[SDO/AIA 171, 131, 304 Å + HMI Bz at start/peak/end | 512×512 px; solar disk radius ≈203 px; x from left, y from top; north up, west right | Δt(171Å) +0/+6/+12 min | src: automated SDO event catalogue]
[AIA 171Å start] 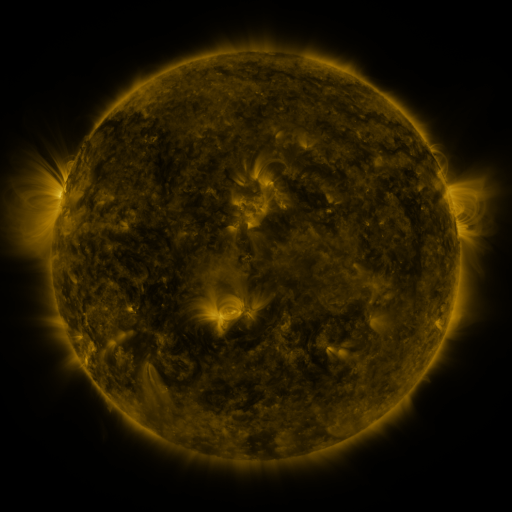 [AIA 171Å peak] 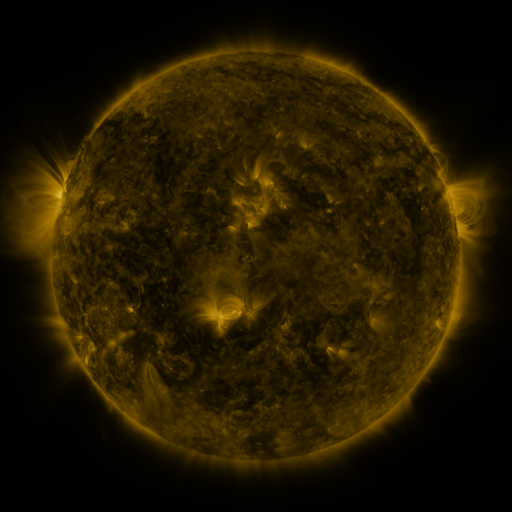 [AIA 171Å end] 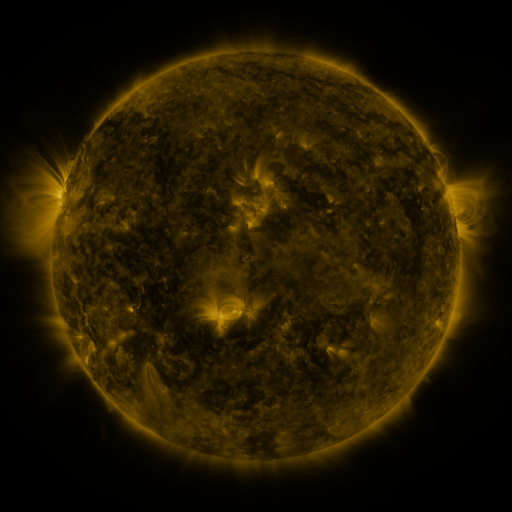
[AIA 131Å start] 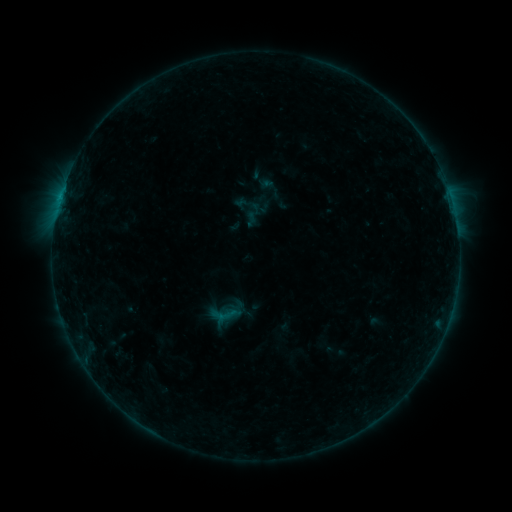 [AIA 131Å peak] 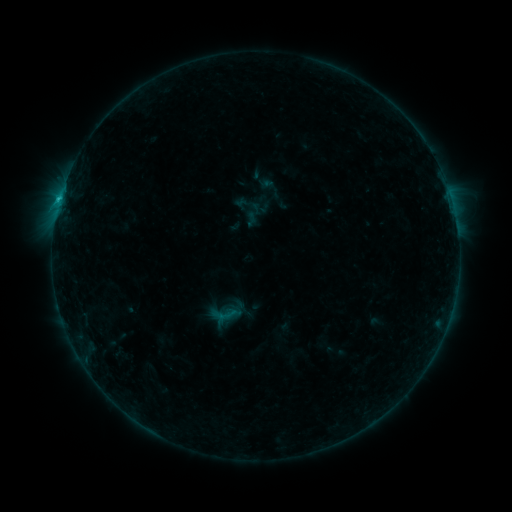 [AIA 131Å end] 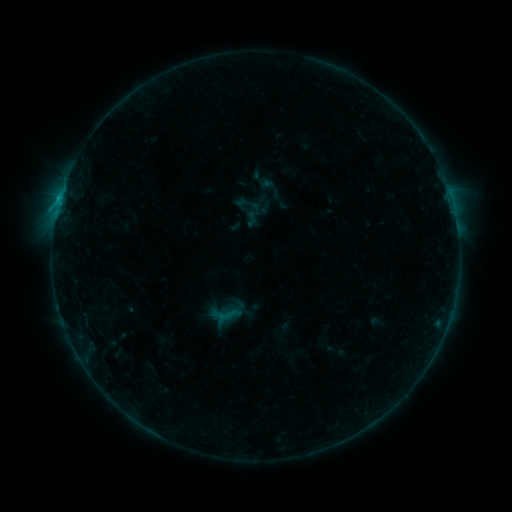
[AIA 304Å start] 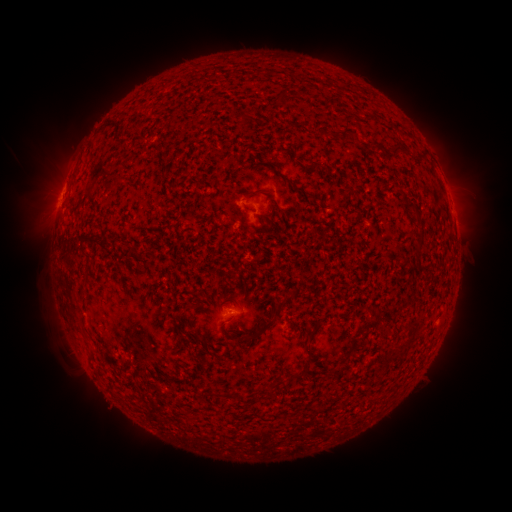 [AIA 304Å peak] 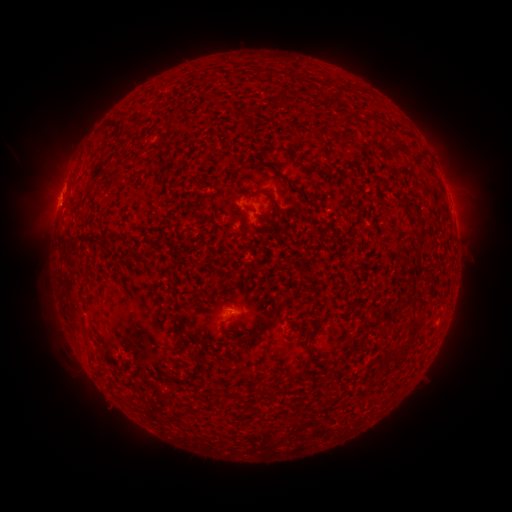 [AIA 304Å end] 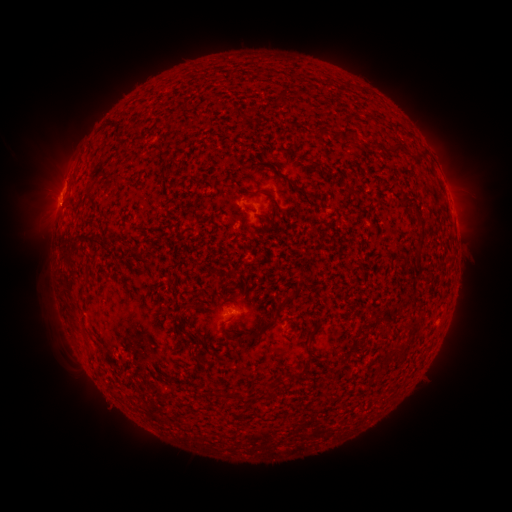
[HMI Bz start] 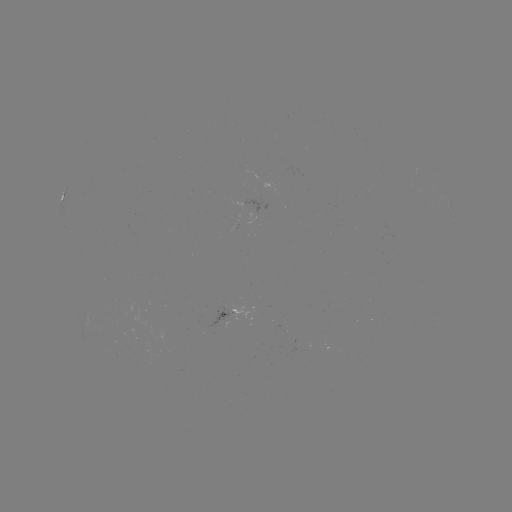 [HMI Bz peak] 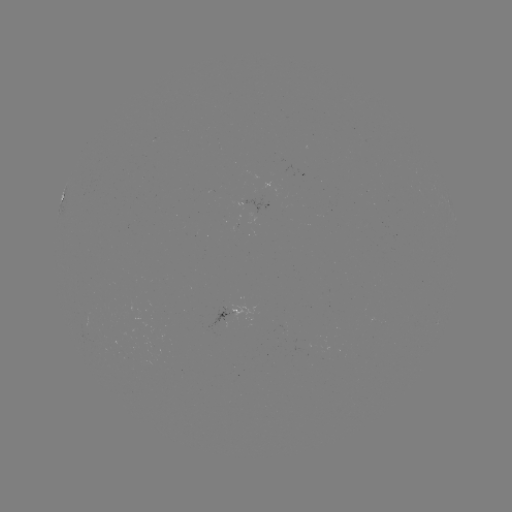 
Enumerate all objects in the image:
B7.1 flare: (60, 200)
